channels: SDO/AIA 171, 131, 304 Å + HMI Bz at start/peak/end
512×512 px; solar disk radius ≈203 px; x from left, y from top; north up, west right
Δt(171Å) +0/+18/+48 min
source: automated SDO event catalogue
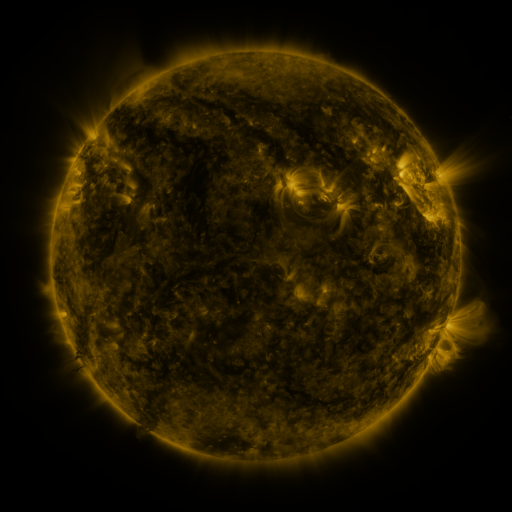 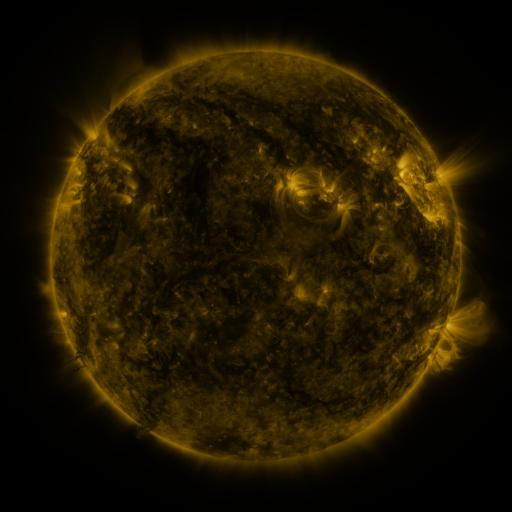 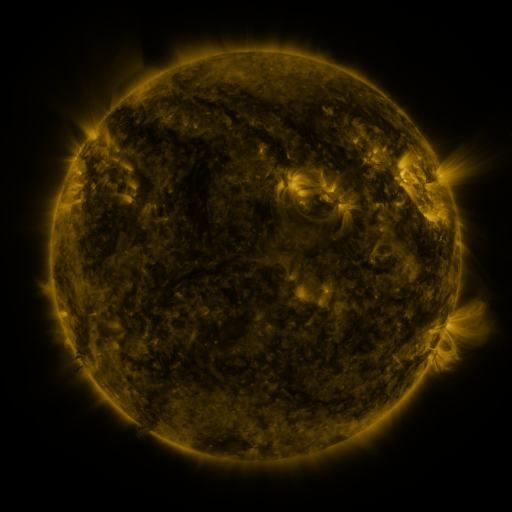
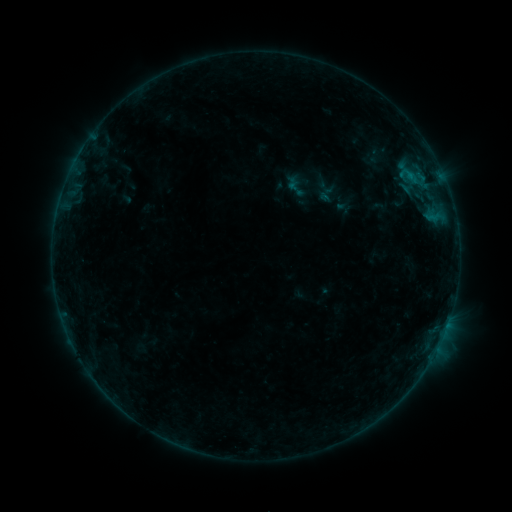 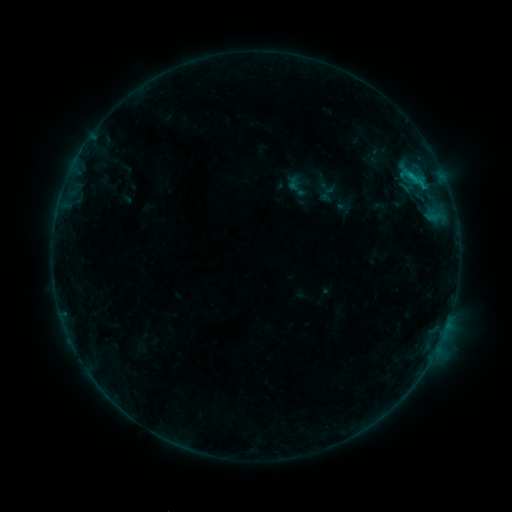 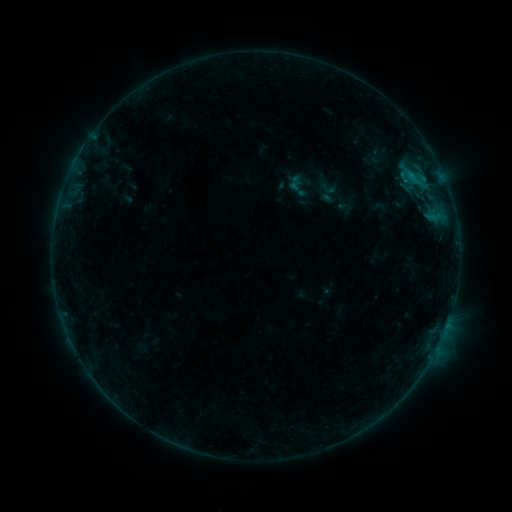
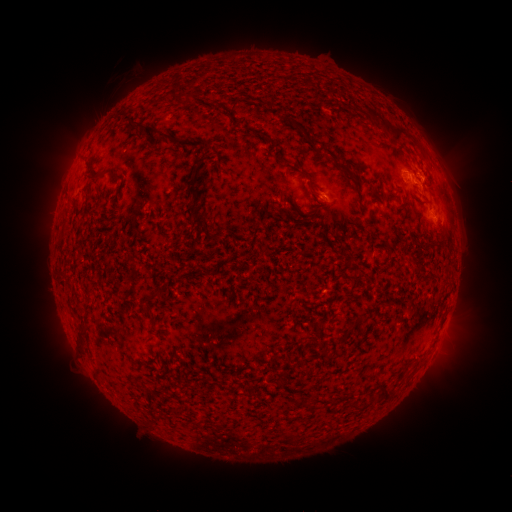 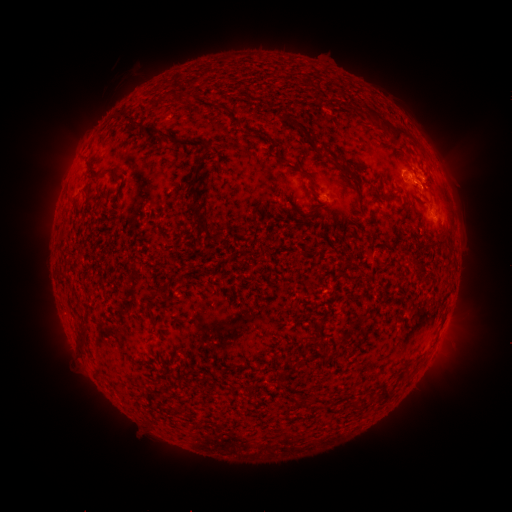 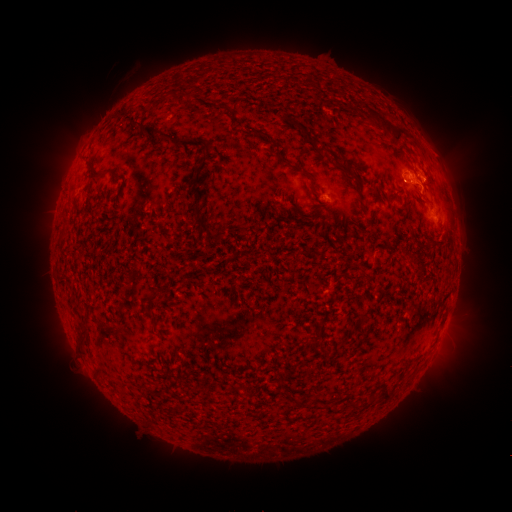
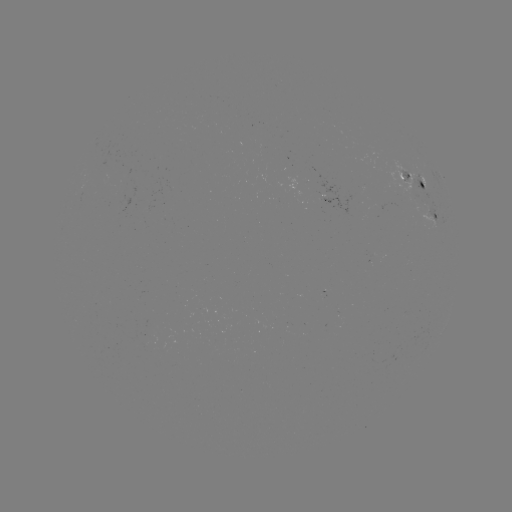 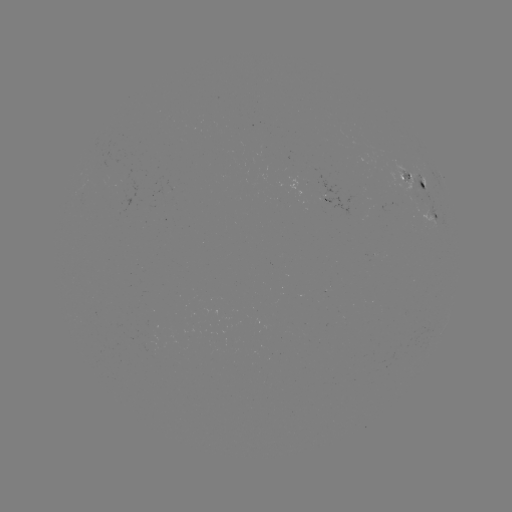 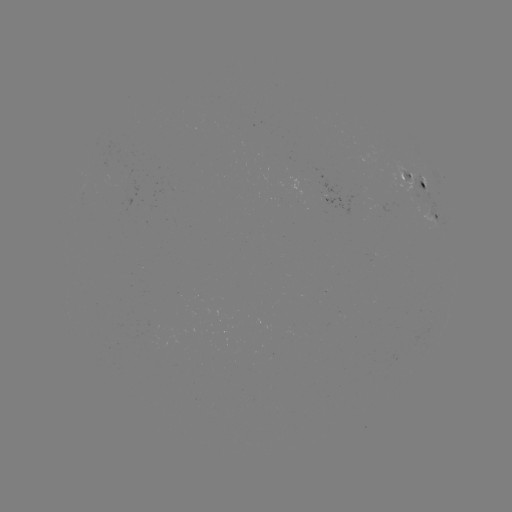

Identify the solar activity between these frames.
B6.6 flare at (90, 271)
